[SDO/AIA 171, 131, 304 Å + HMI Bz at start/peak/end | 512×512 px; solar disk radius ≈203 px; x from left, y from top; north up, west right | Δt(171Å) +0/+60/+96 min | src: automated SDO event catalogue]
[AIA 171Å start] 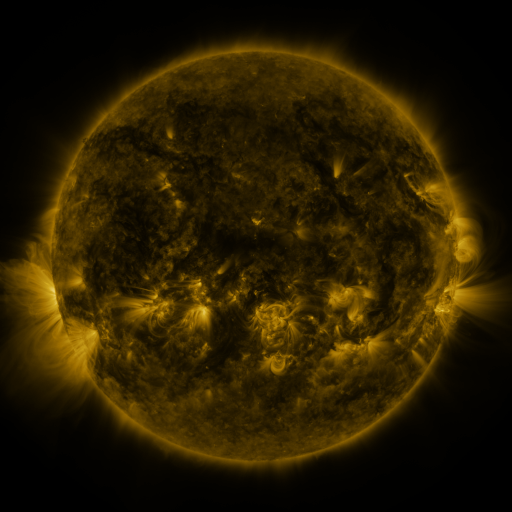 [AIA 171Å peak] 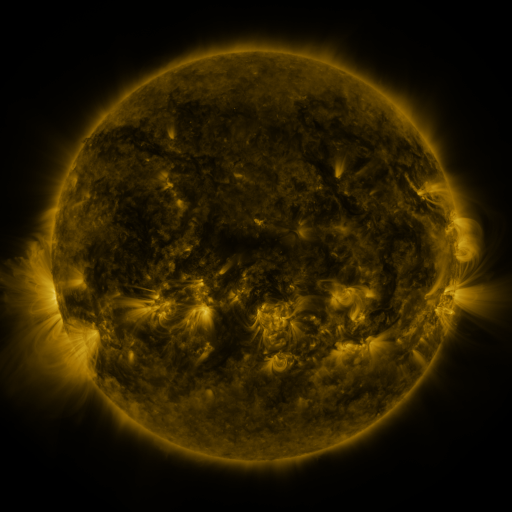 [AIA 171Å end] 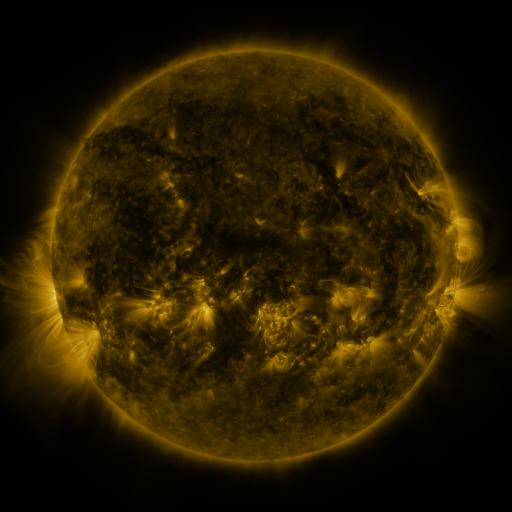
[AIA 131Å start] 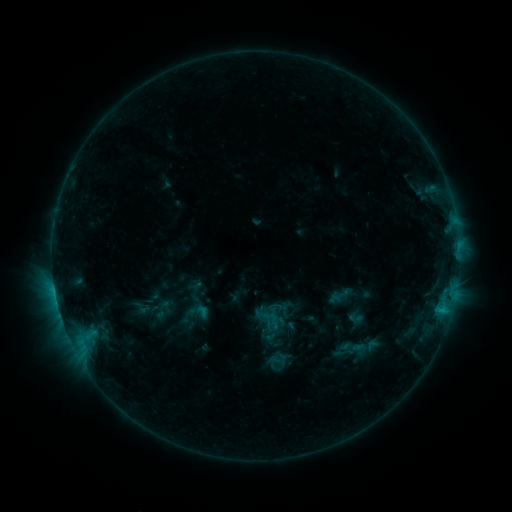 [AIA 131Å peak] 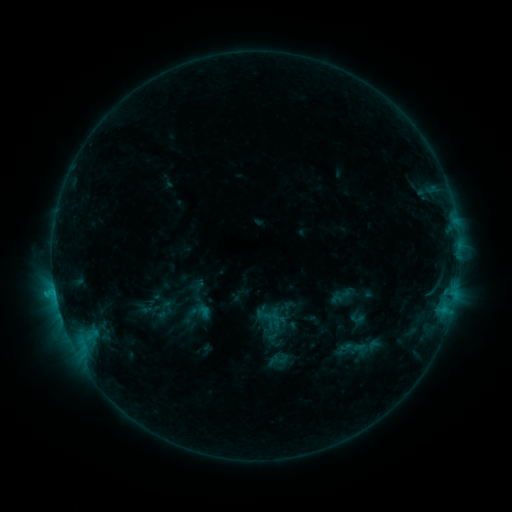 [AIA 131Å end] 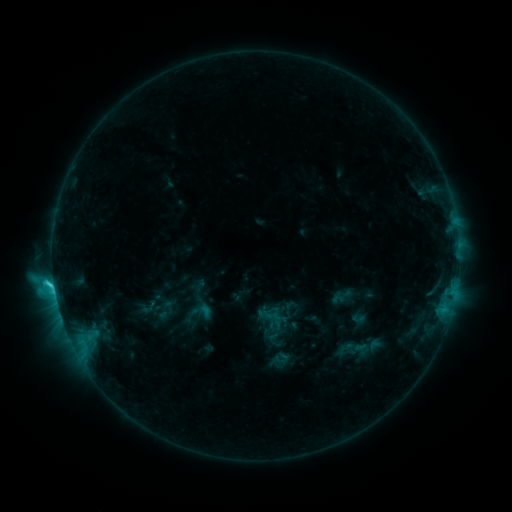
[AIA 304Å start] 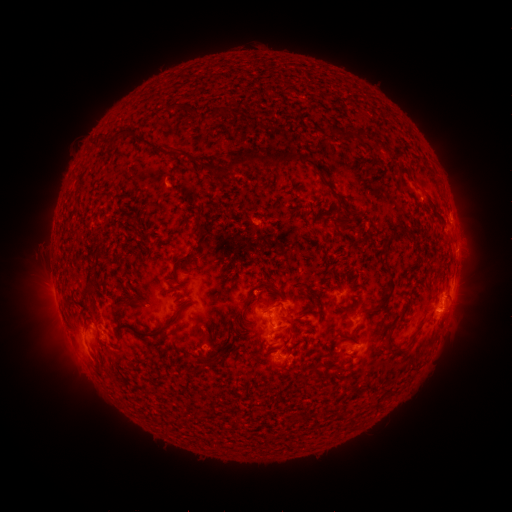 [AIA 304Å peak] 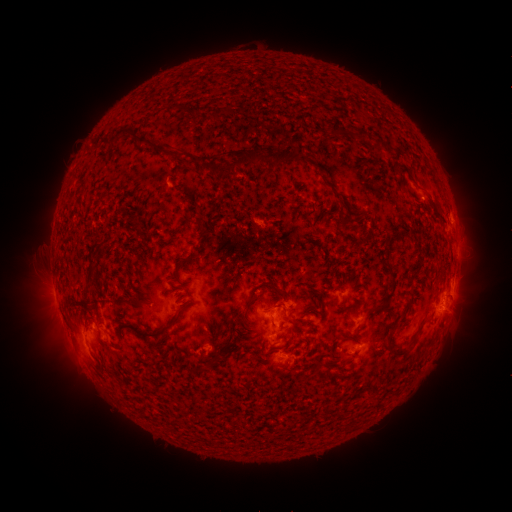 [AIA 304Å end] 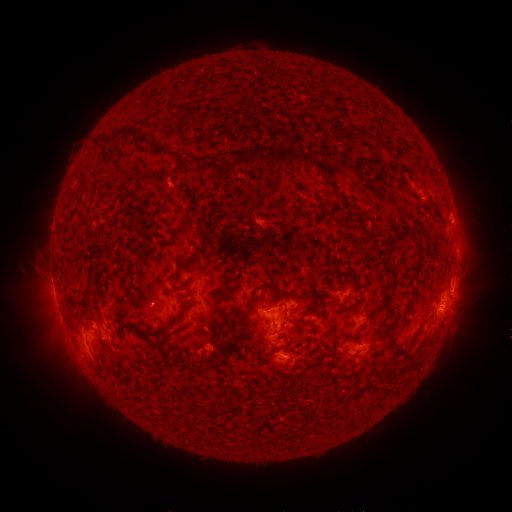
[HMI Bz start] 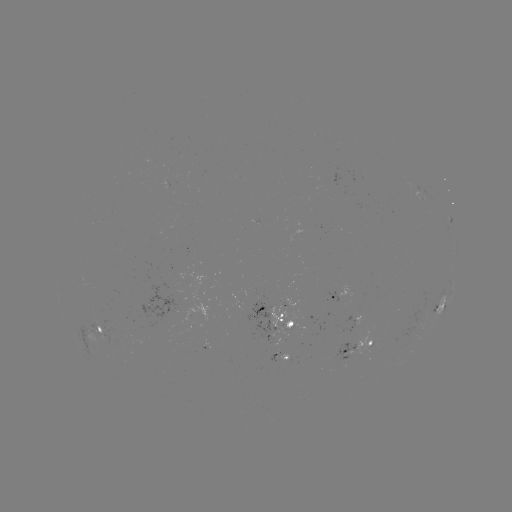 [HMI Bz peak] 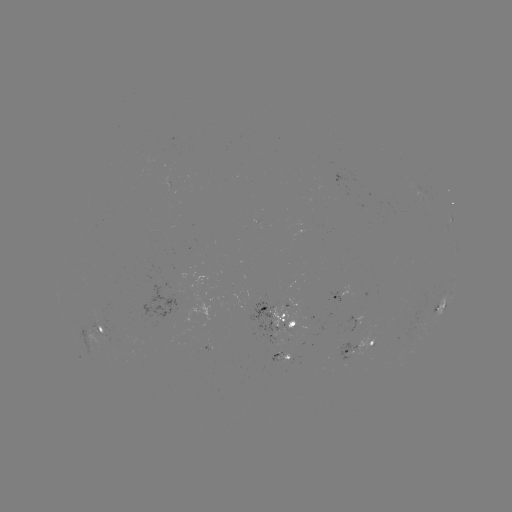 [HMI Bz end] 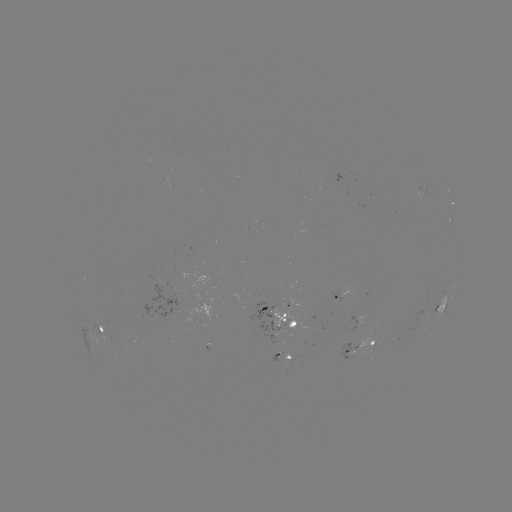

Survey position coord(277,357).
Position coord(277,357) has emerging-flux region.